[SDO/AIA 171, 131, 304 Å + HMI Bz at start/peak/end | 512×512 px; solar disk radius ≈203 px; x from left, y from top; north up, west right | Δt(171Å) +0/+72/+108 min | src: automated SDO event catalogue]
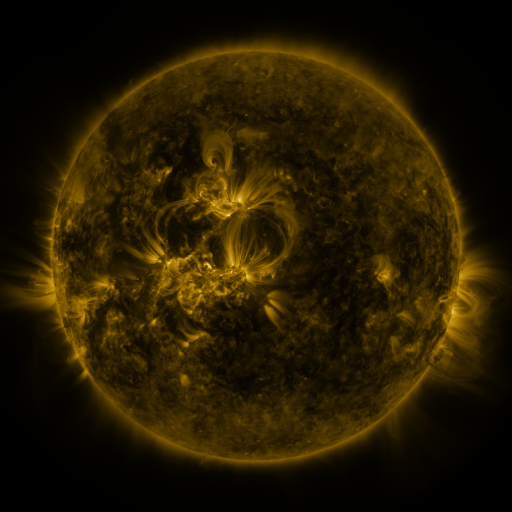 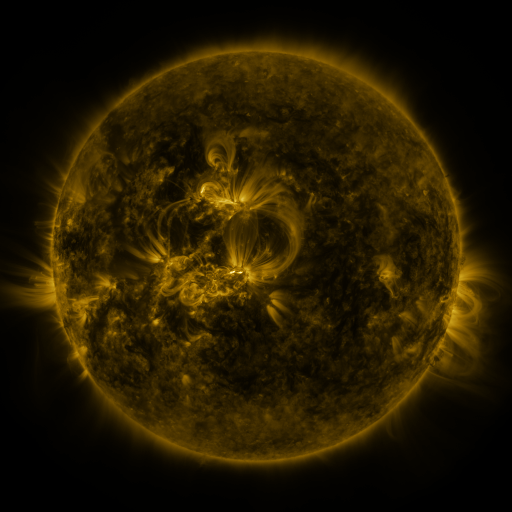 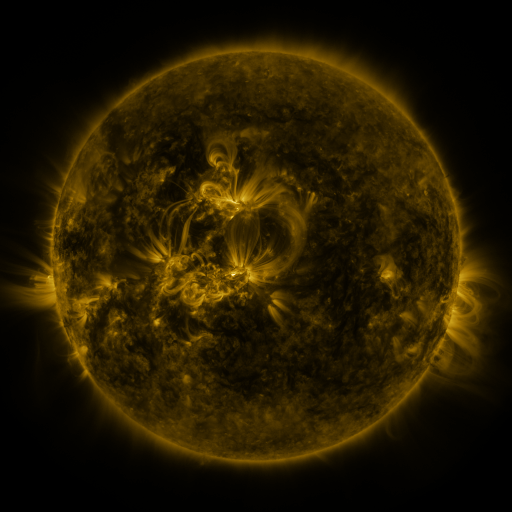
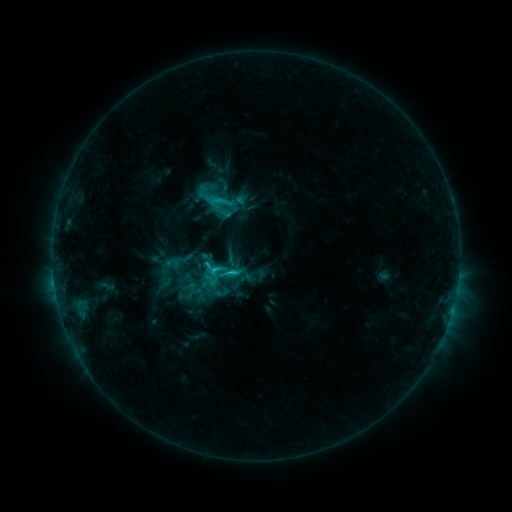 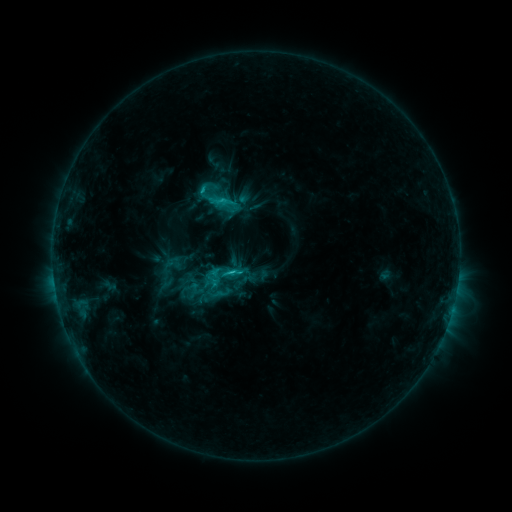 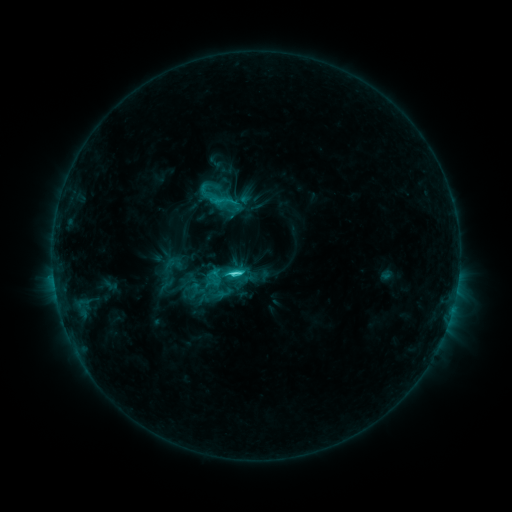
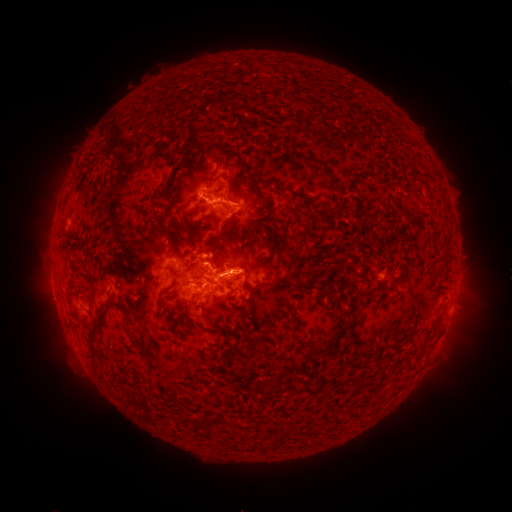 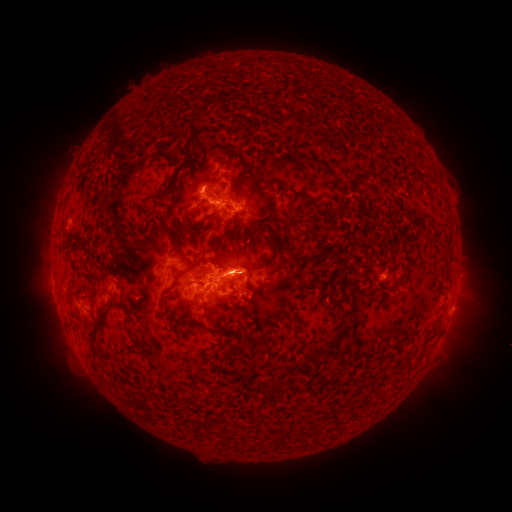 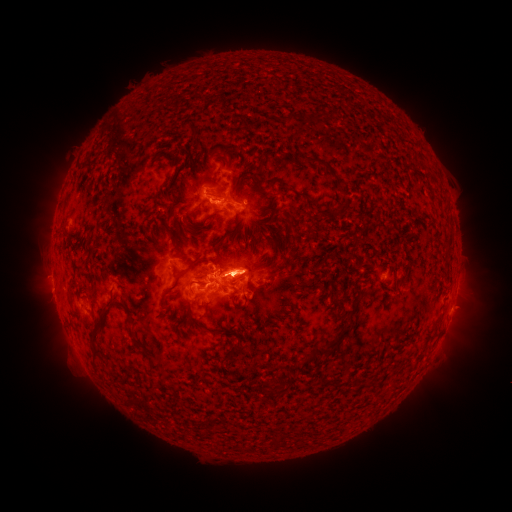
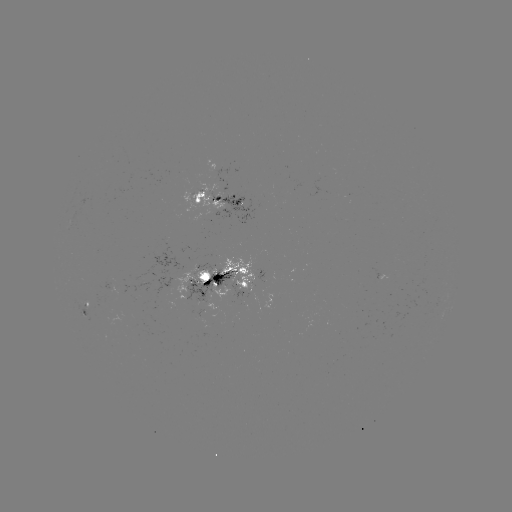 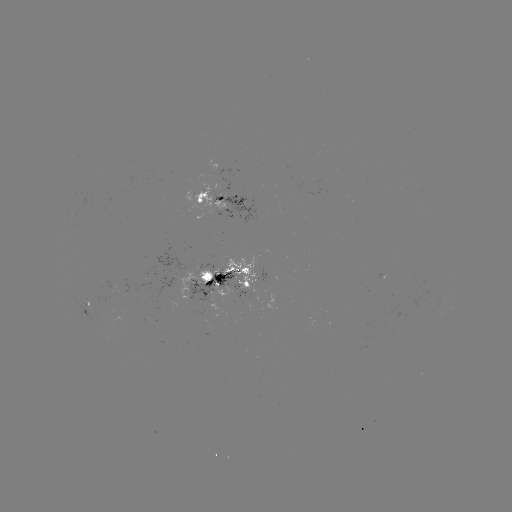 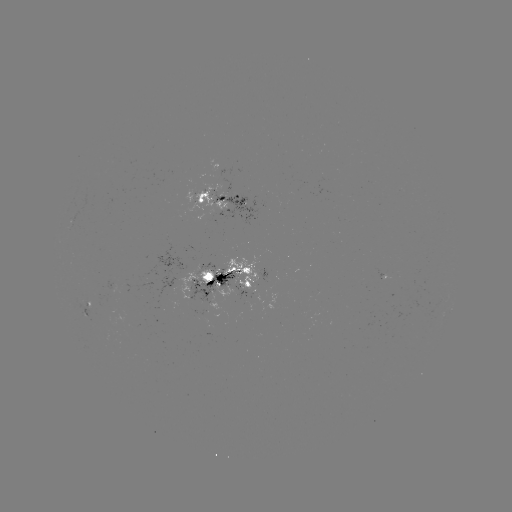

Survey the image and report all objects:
emerging-flux region: (120, 312)
